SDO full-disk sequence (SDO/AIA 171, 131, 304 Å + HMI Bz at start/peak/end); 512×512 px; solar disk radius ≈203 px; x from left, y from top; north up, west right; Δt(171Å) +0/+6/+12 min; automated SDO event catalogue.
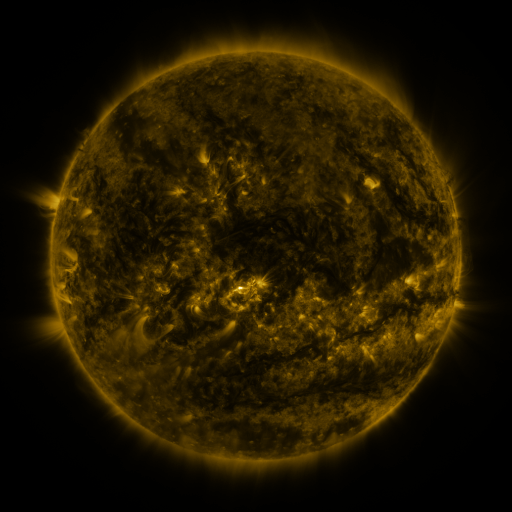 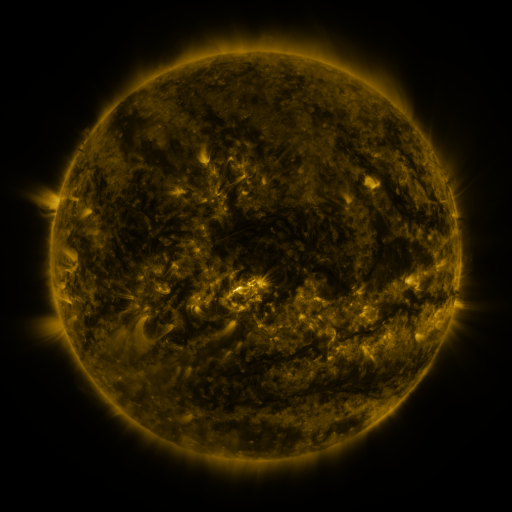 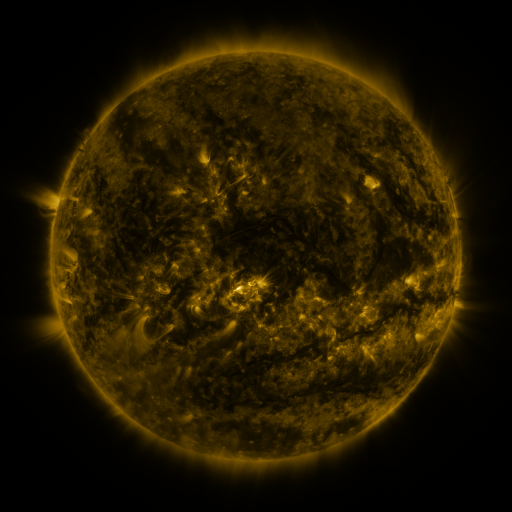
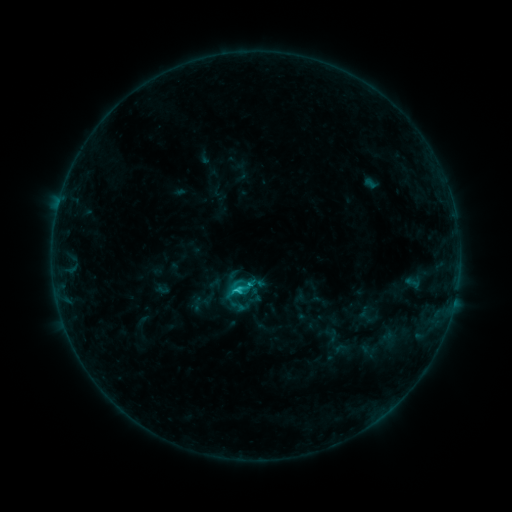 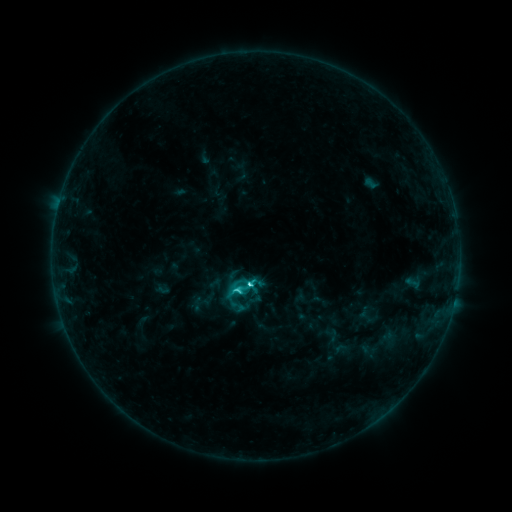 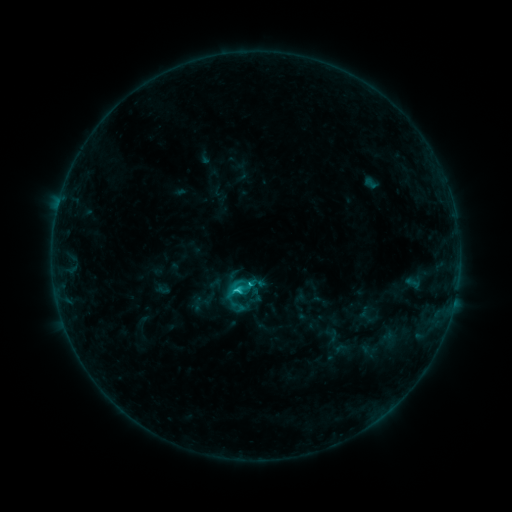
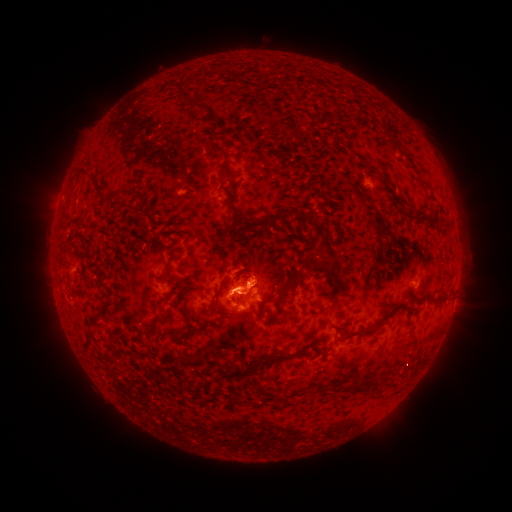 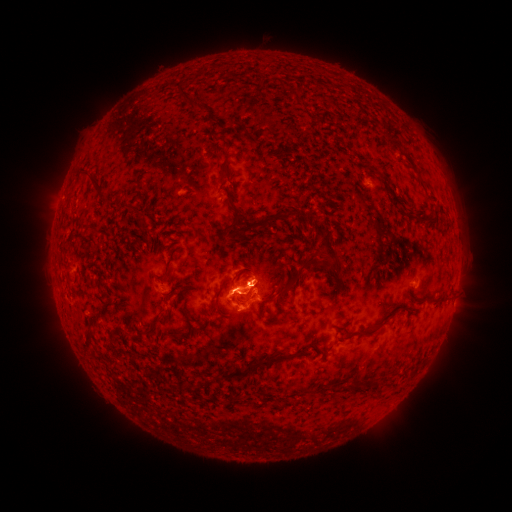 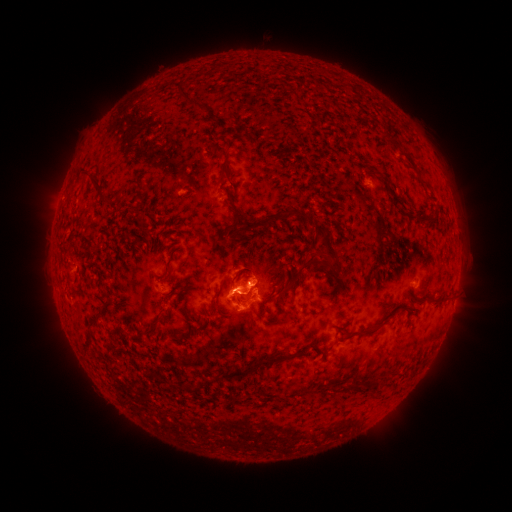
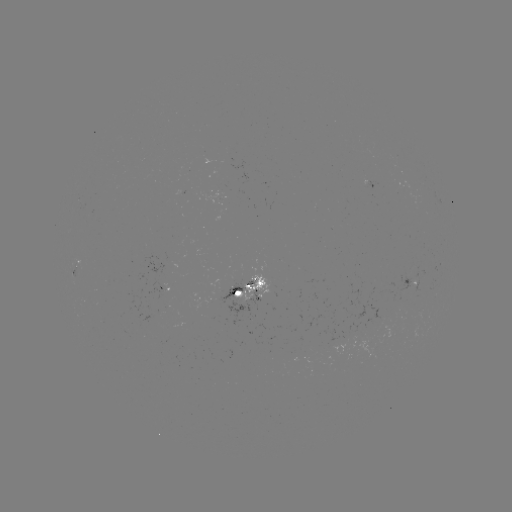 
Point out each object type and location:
C3.4 flare: (252, 283)
